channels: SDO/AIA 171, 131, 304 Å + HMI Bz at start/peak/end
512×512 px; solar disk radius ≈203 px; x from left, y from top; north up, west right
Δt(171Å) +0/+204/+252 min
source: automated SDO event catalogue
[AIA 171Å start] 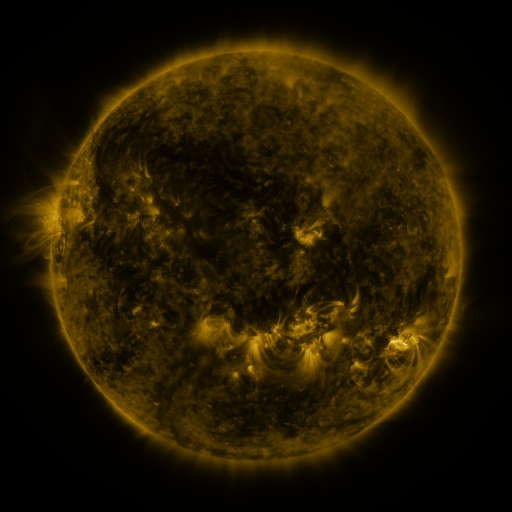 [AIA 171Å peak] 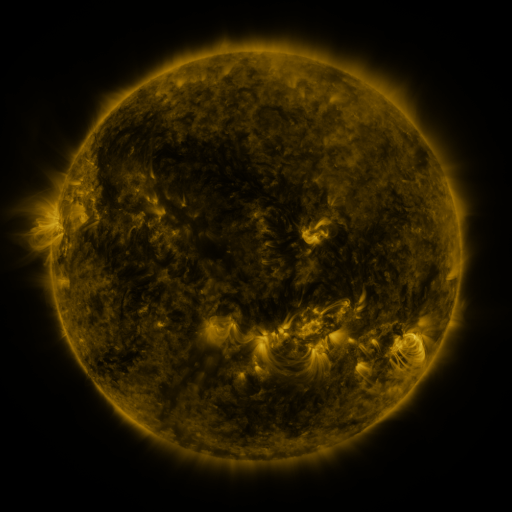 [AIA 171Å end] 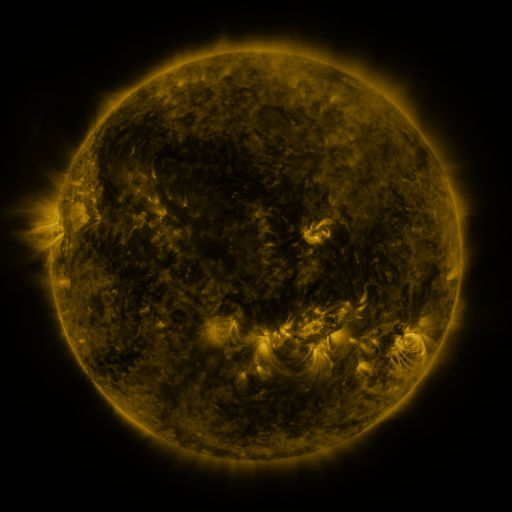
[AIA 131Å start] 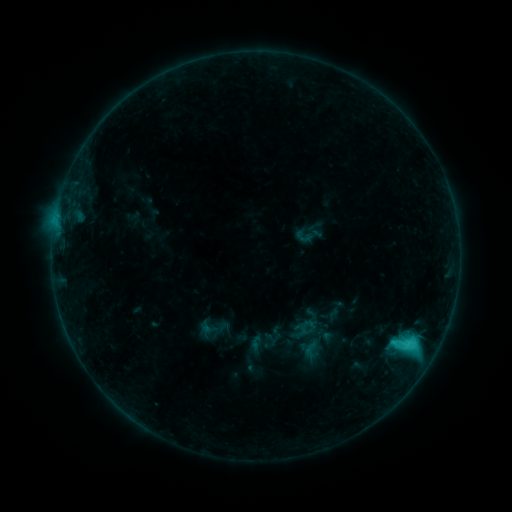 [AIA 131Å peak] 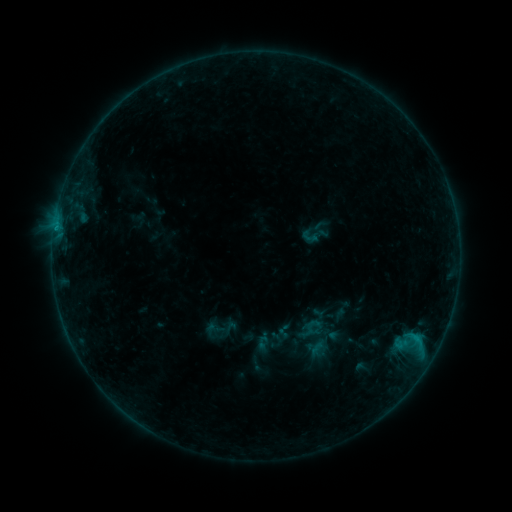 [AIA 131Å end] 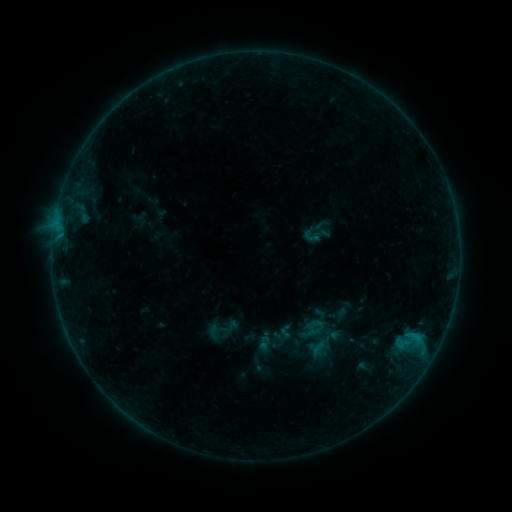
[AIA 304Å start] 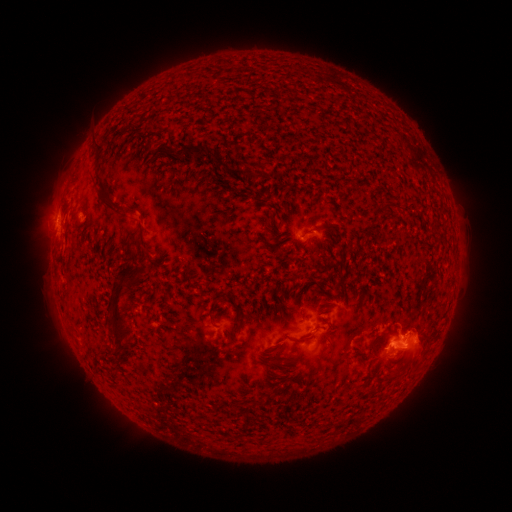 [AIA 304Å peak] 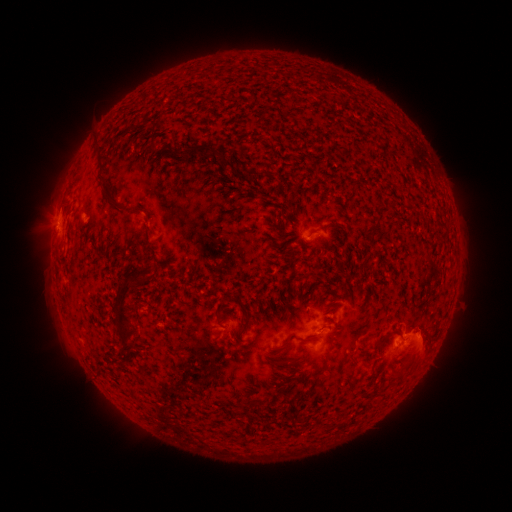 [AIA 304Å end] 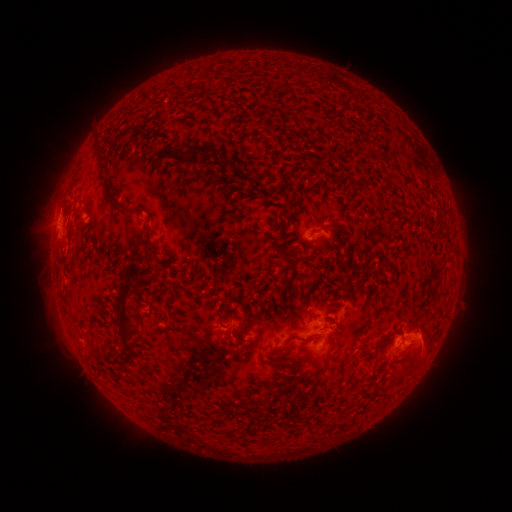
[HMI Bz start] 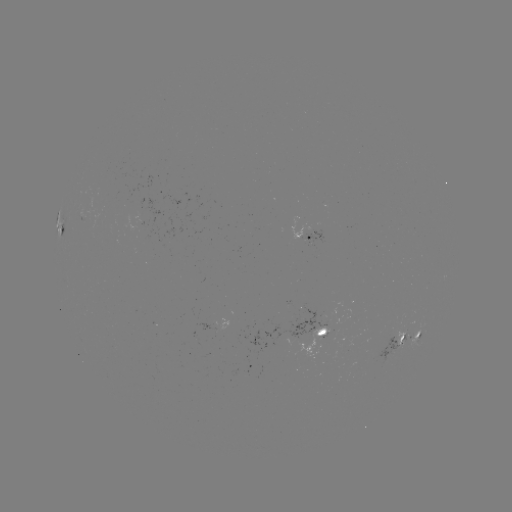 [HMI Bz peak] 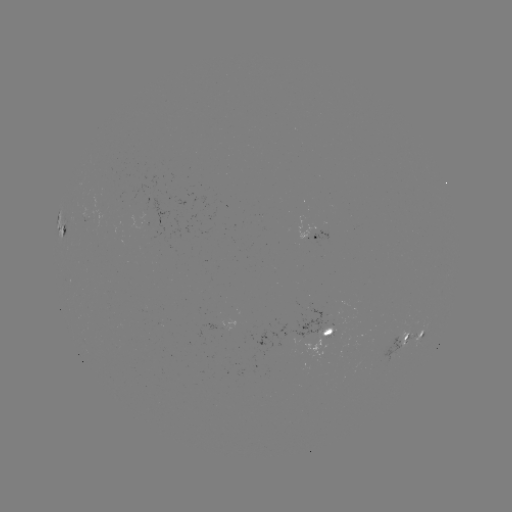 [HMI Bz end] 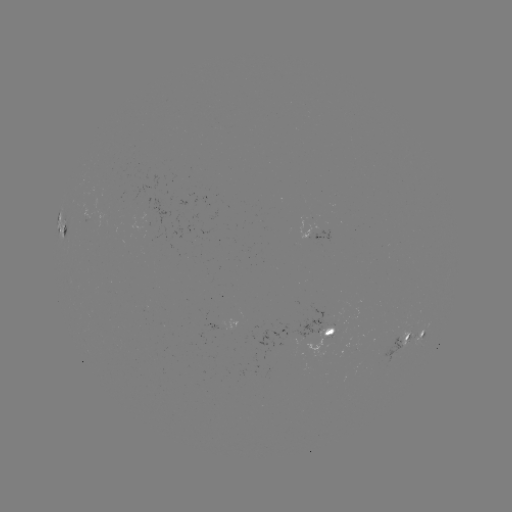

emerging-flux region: (381, 337, 401, 364)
